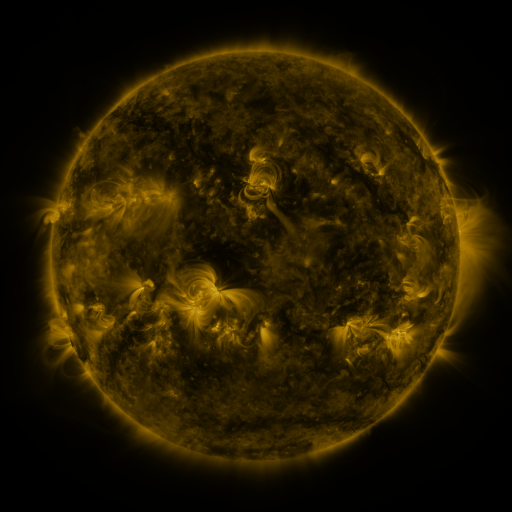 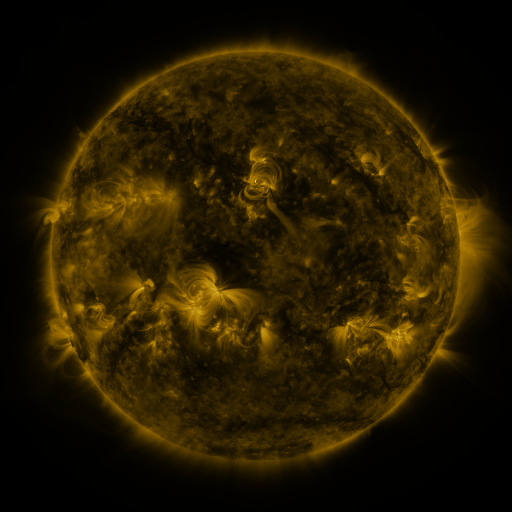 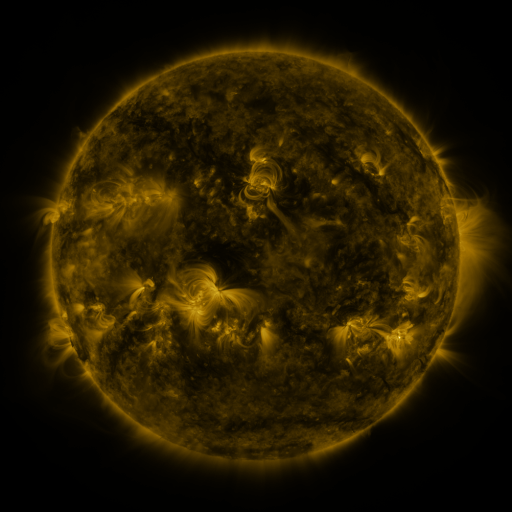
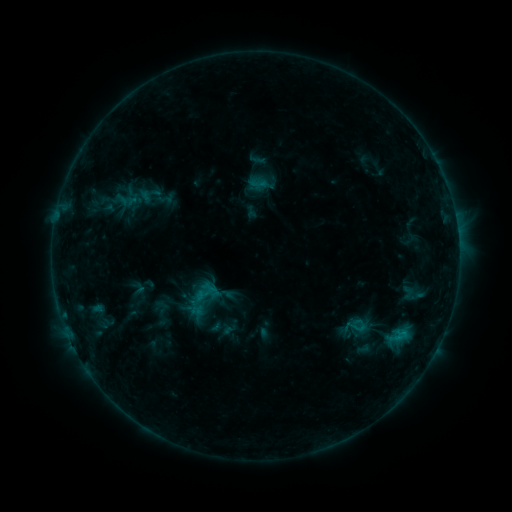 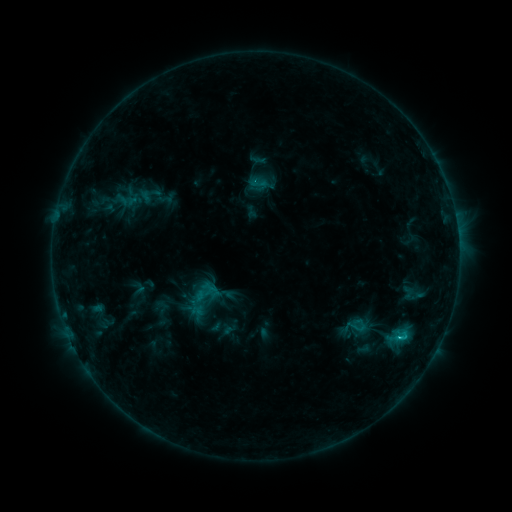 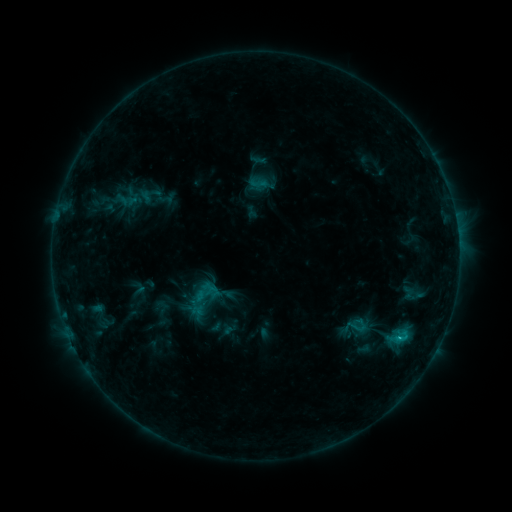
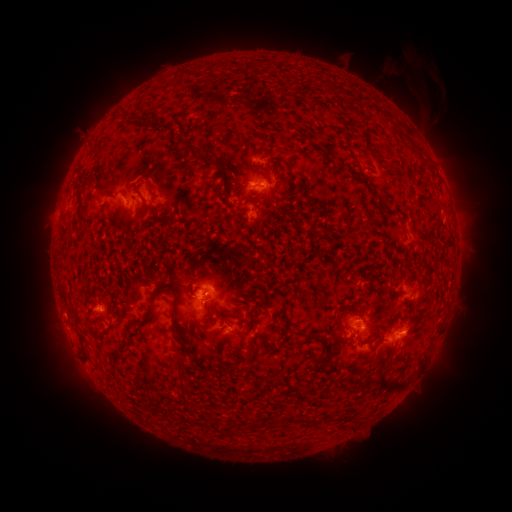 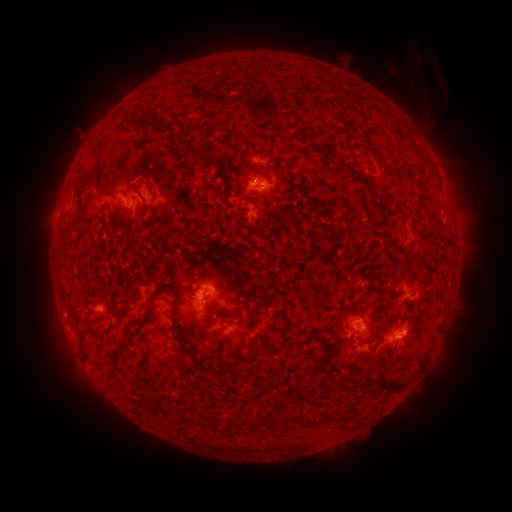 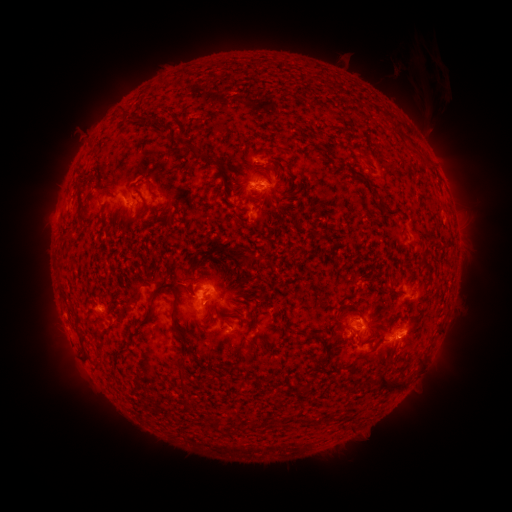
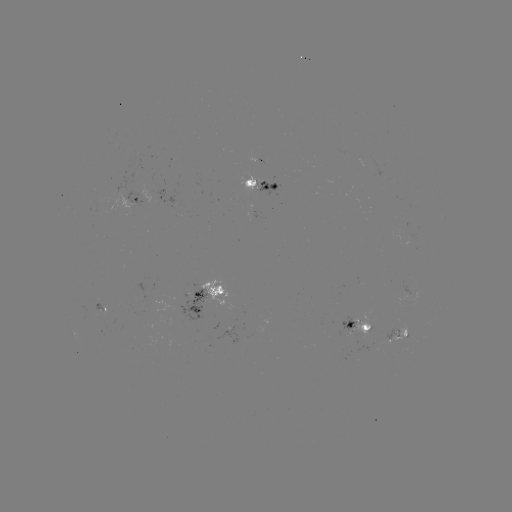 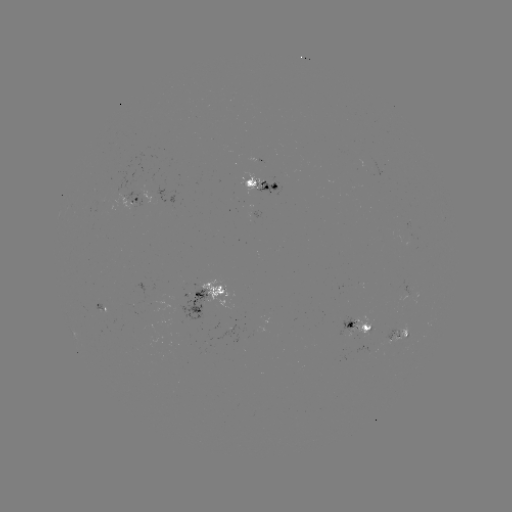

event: flare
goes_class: B9.0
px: (399, 338)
